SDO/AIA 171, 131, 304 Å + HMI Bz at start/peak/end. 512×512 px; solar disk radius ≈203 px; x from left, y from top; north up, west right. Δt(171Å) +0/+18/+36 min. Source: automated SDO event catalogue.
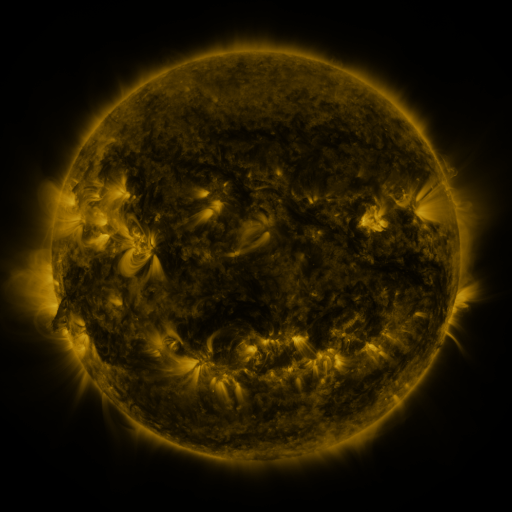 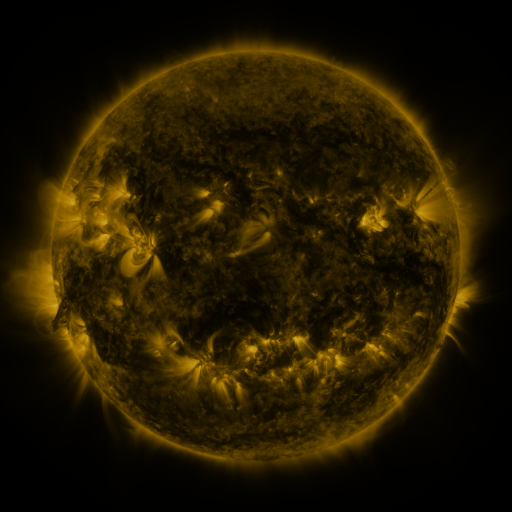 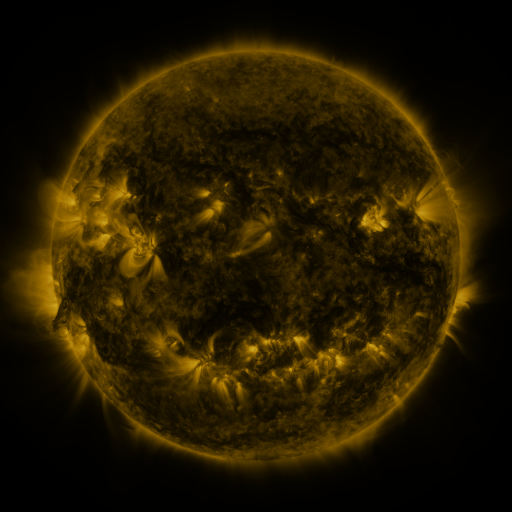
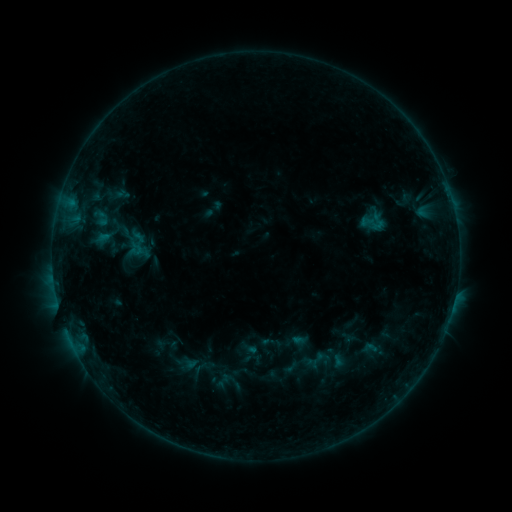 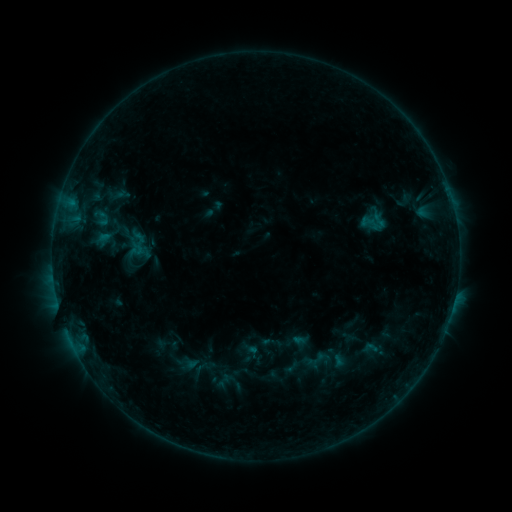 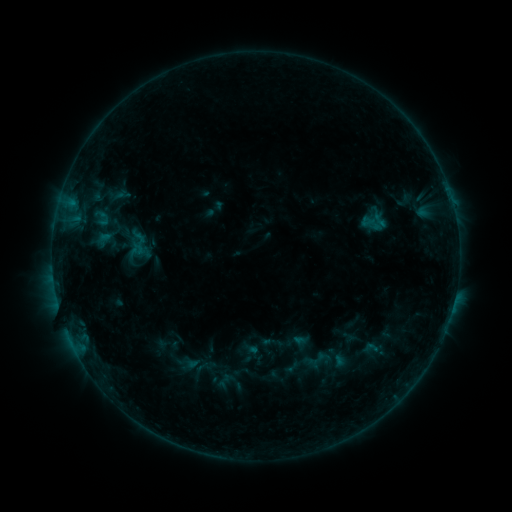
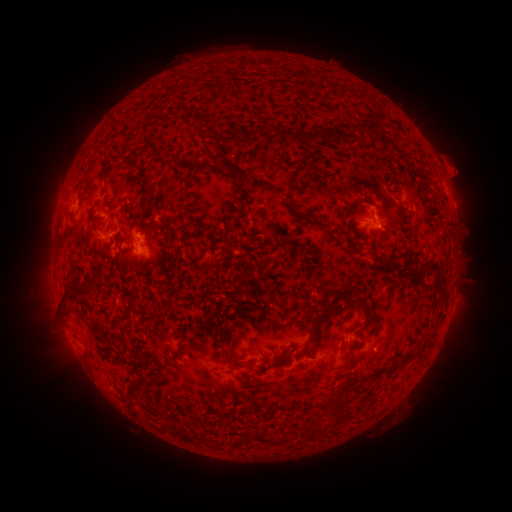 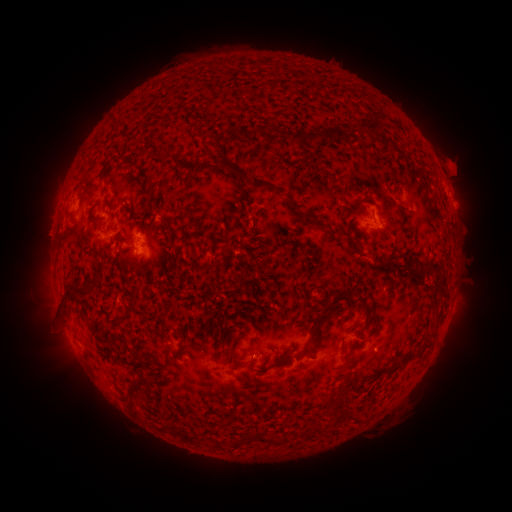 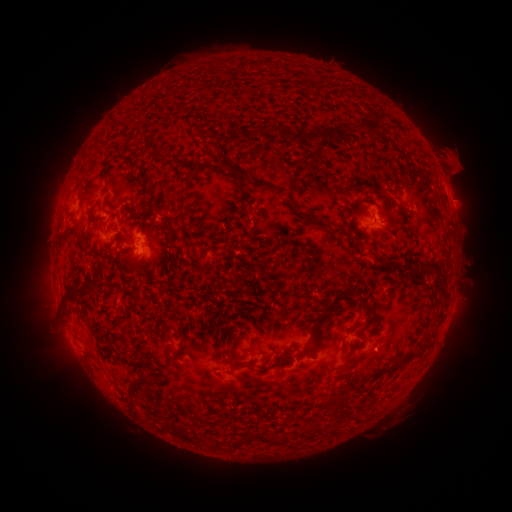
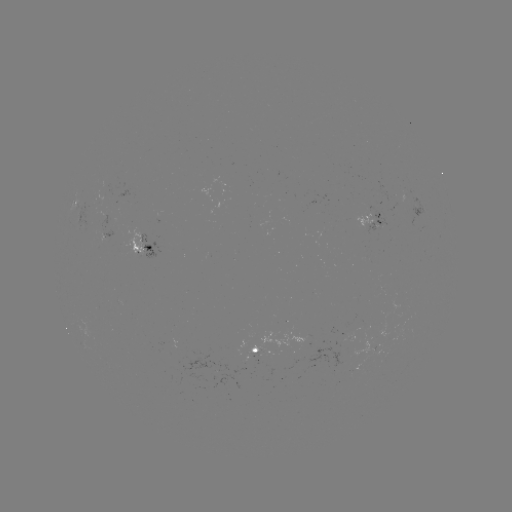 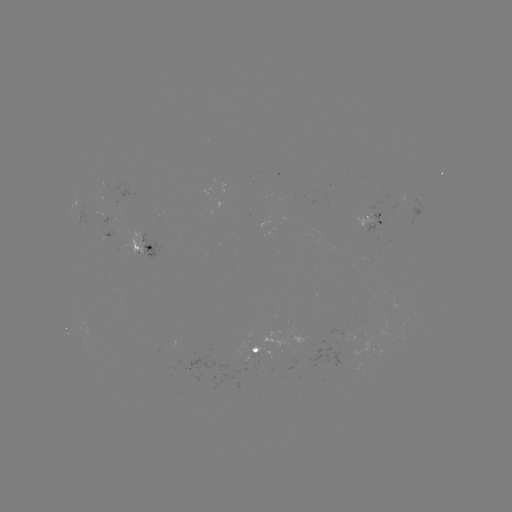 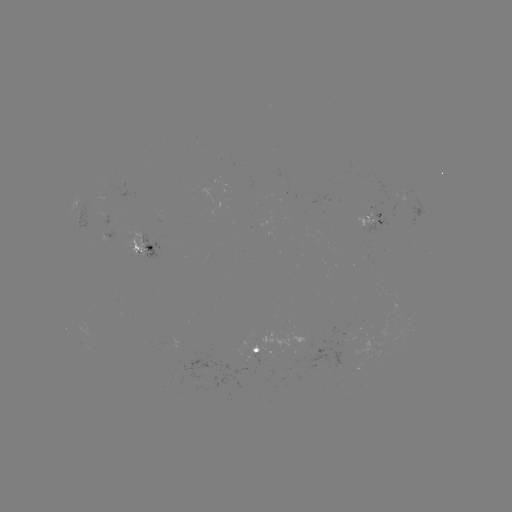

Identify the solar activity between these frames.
eruption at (458, 166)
